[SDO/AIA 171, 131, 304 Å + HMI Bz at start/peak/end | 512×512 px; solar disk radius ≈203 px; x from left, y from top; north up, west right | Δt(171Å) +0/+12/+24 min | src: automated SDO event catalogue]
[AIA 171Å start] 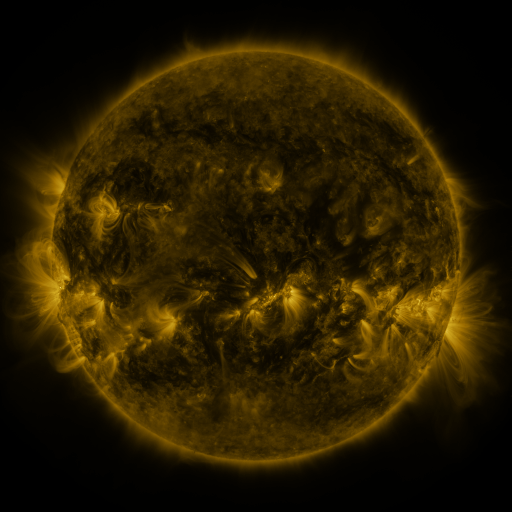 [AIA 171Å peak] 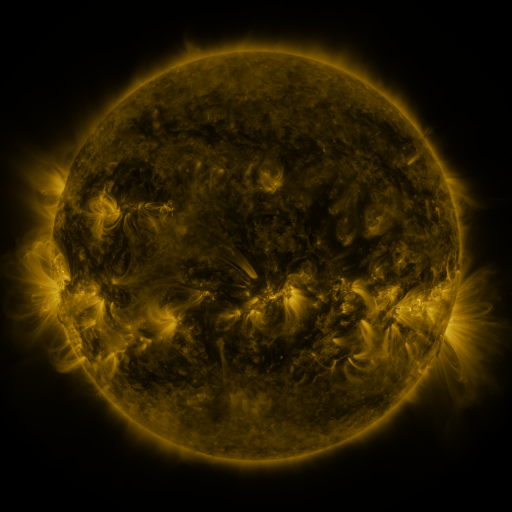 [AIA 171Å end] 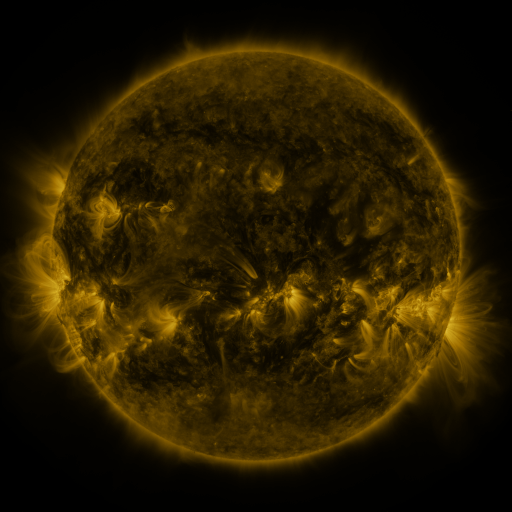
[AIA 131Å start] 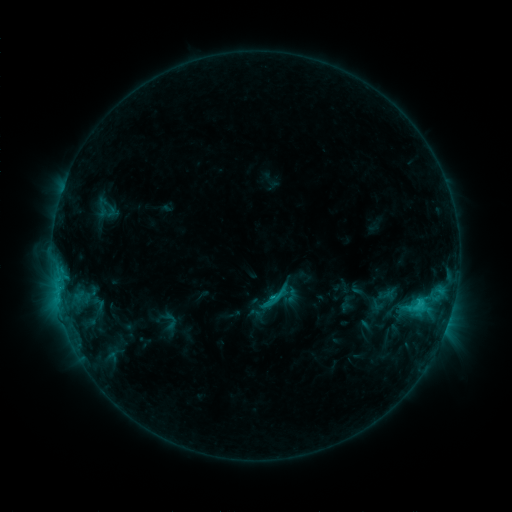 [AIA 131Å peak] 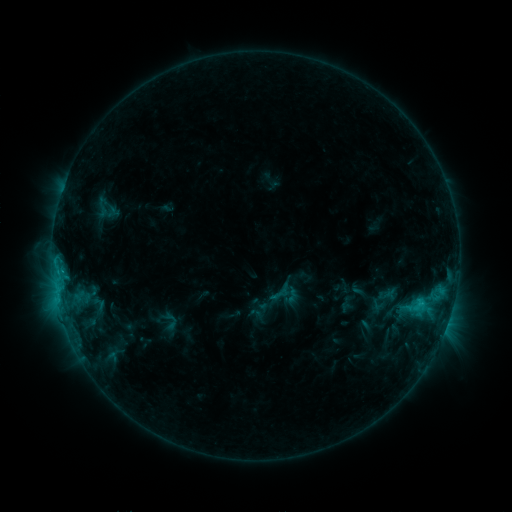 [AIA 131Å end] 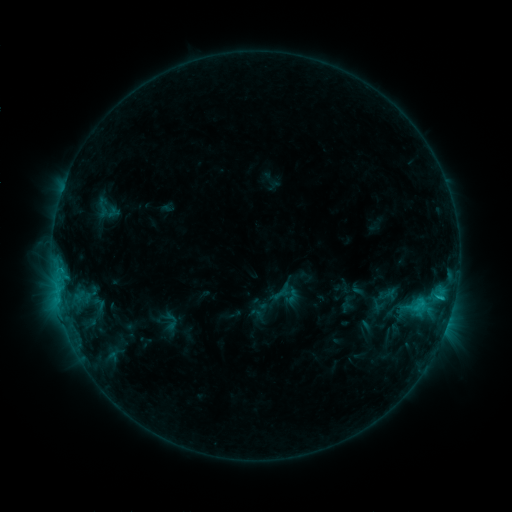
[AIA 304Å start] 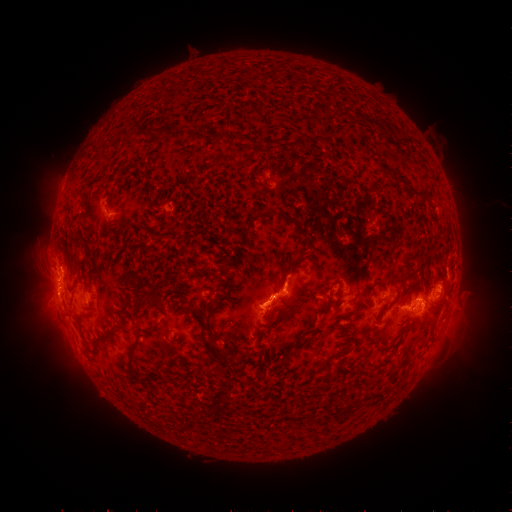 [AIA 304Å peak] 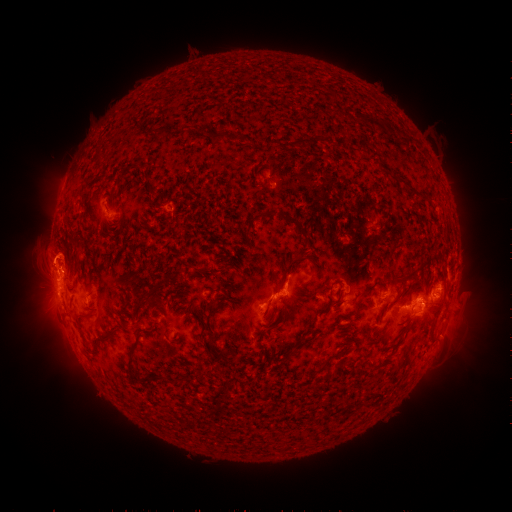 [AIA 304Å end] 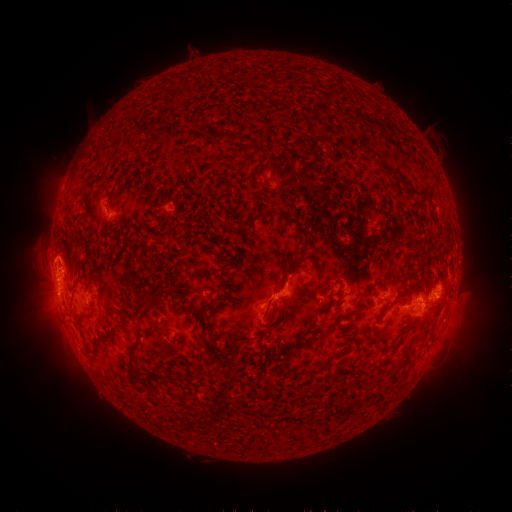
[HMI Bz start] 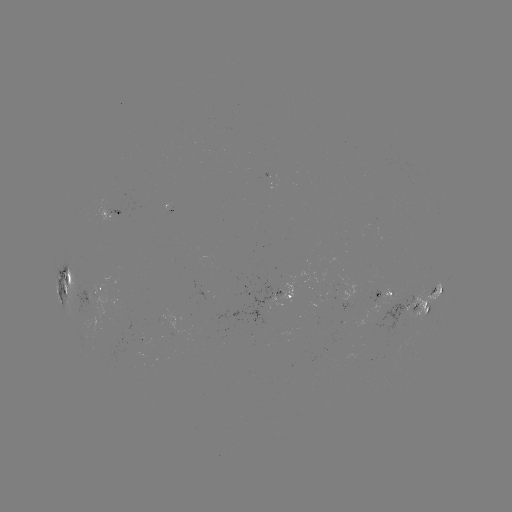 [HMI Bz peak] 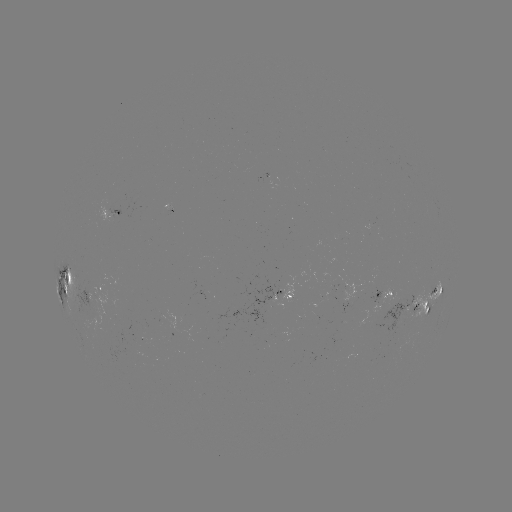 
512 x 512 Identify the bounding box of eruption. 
[16, 211, 100, 292].